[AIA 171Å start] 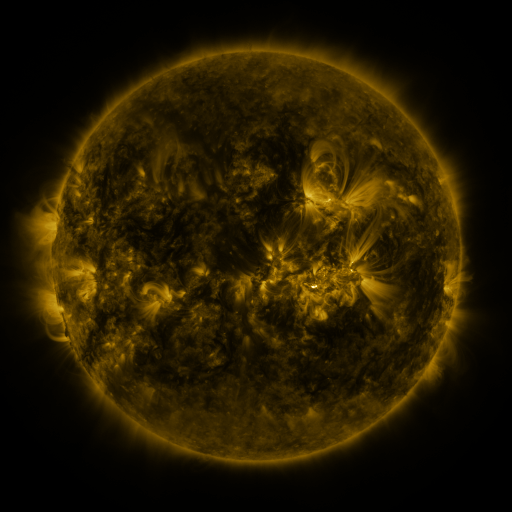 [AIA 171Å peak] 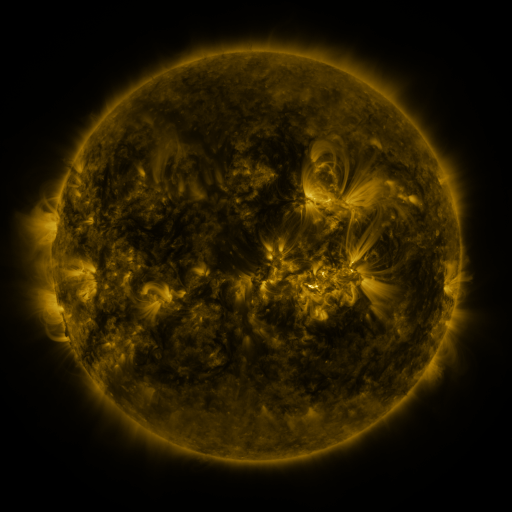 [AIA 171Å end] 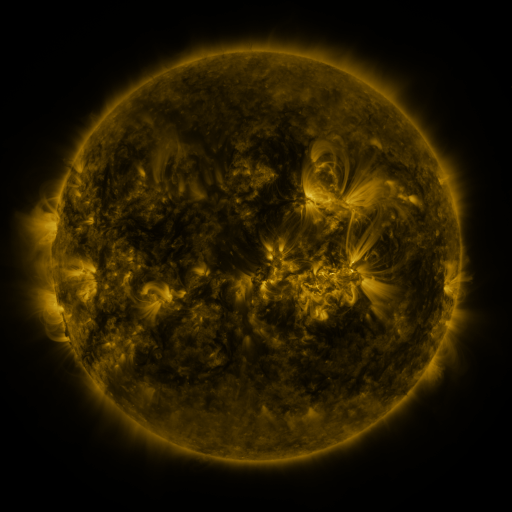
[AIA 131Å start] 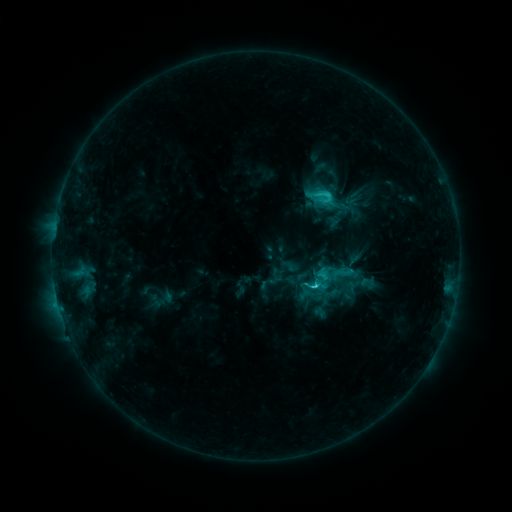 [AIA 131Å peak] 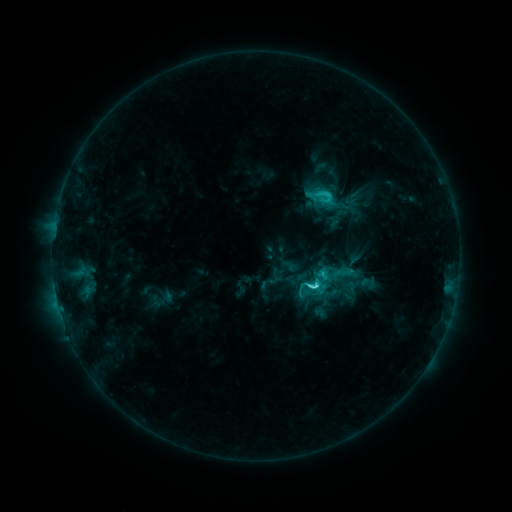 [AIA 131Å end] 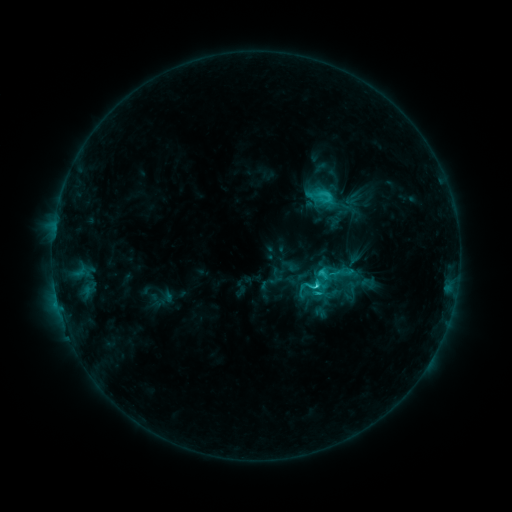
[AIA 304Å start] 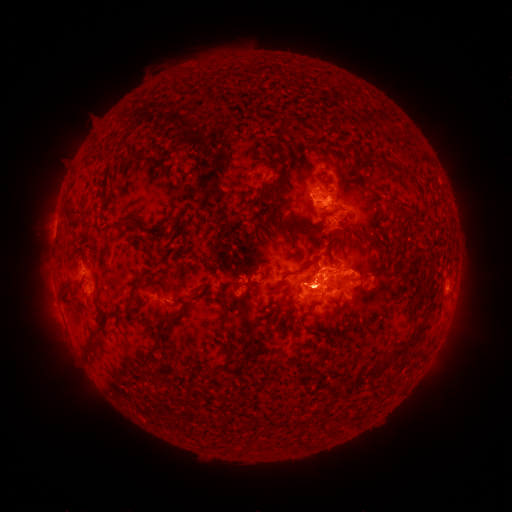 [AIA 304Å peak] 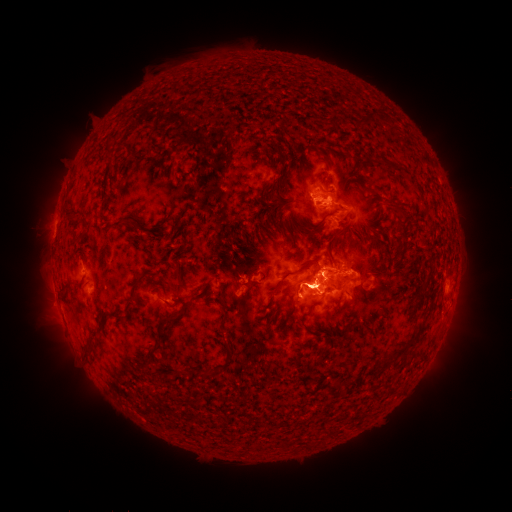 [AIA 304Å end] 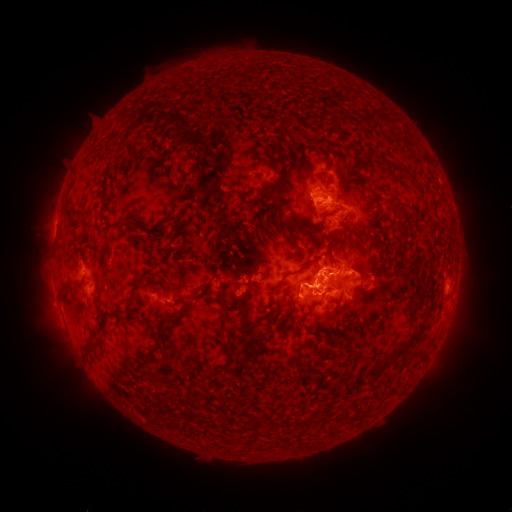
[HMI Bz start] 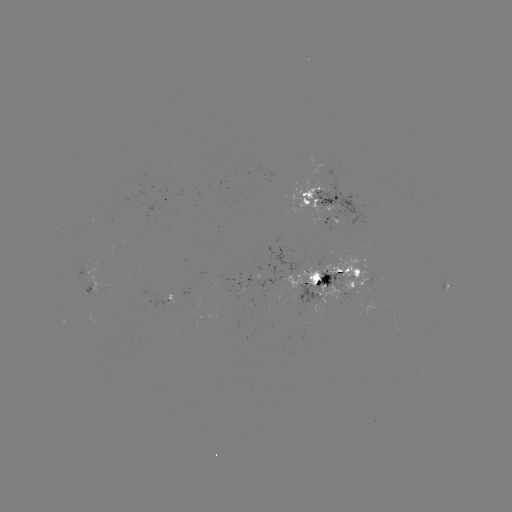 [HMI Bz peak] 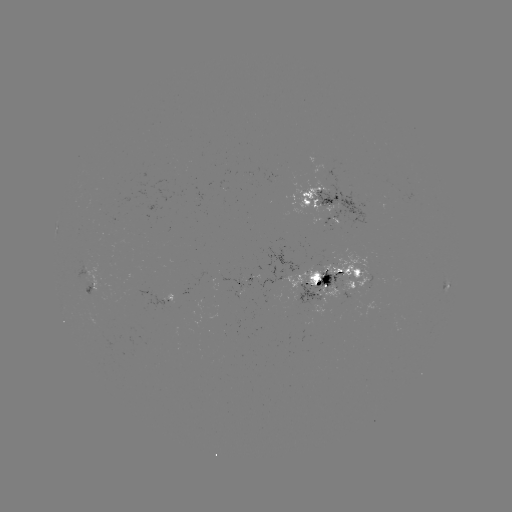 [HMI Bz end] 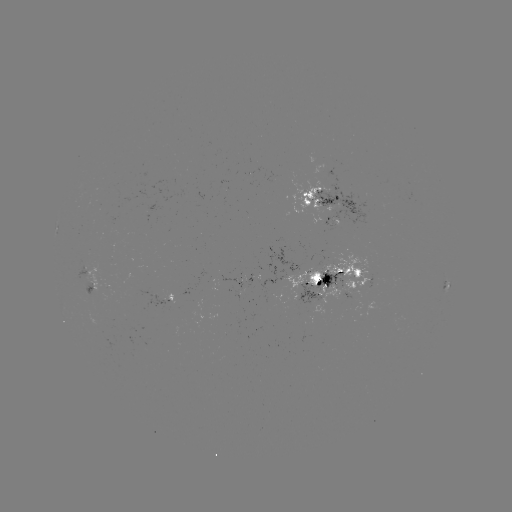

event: flare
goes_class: C5.5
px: (313, 284)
